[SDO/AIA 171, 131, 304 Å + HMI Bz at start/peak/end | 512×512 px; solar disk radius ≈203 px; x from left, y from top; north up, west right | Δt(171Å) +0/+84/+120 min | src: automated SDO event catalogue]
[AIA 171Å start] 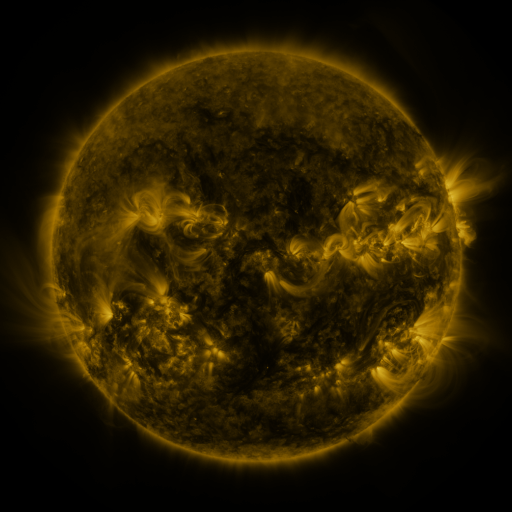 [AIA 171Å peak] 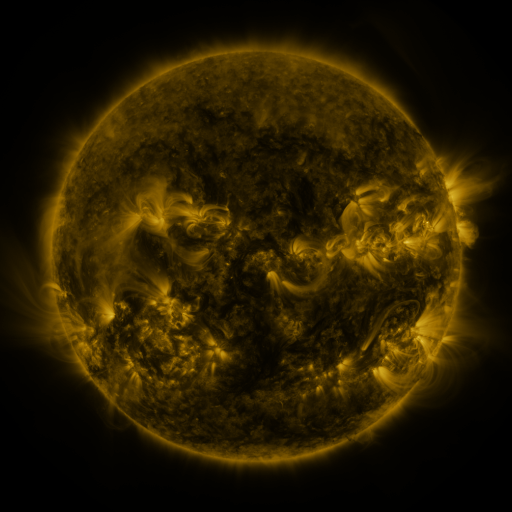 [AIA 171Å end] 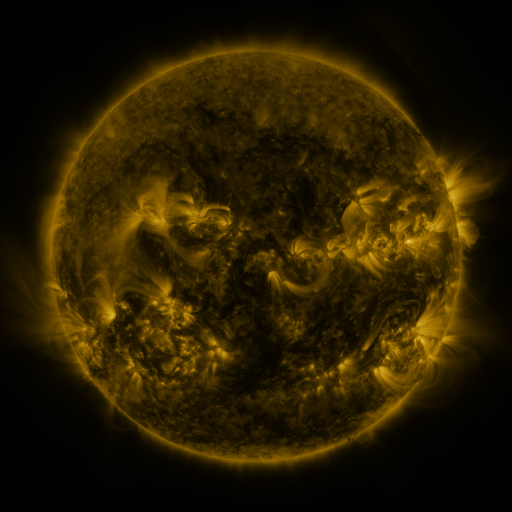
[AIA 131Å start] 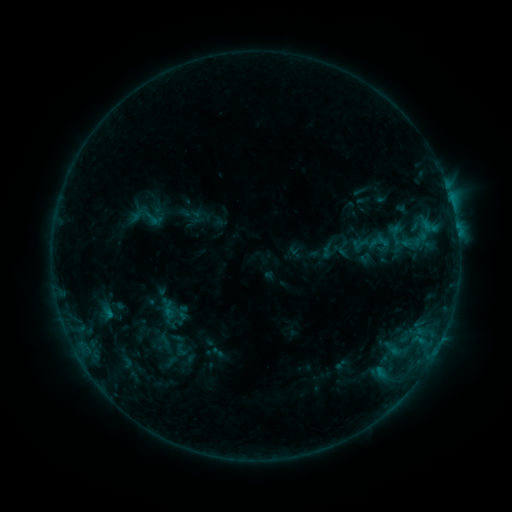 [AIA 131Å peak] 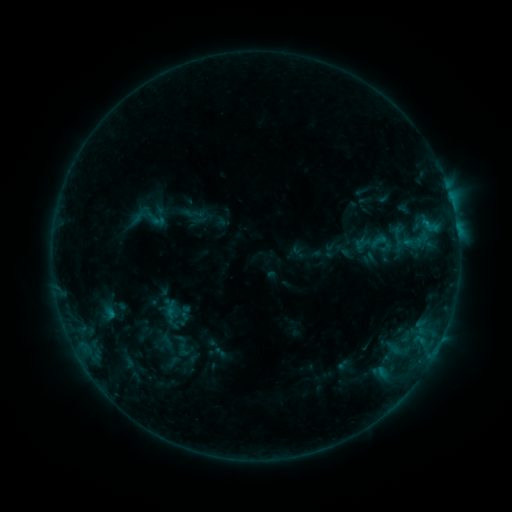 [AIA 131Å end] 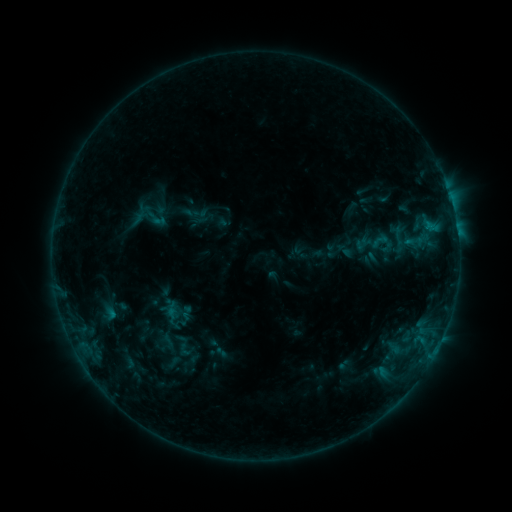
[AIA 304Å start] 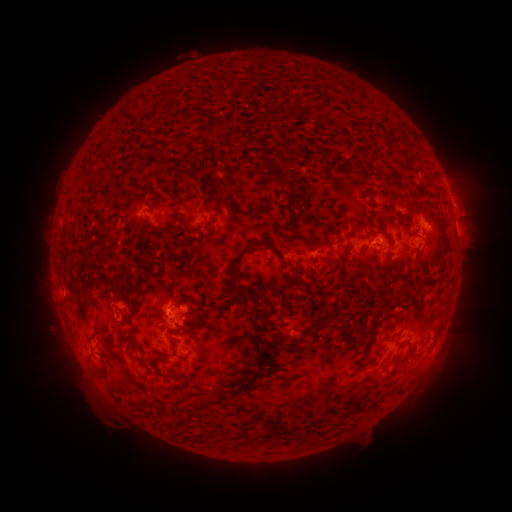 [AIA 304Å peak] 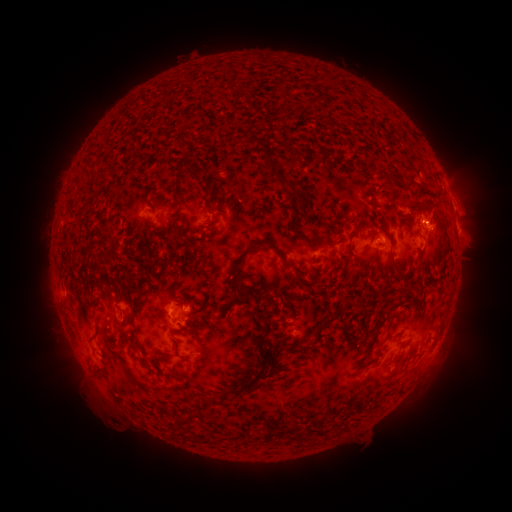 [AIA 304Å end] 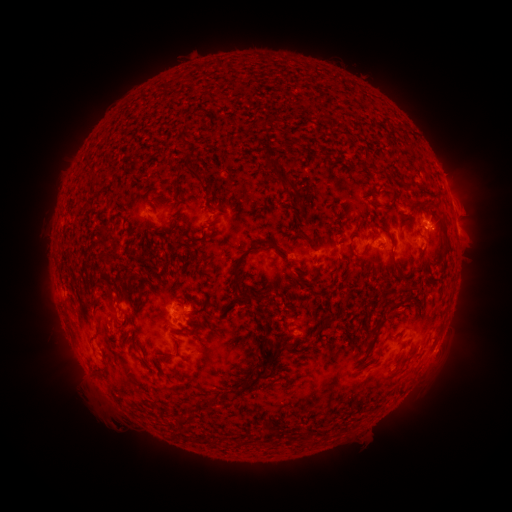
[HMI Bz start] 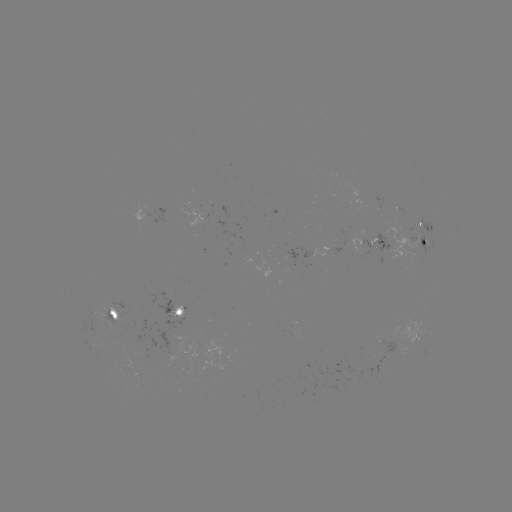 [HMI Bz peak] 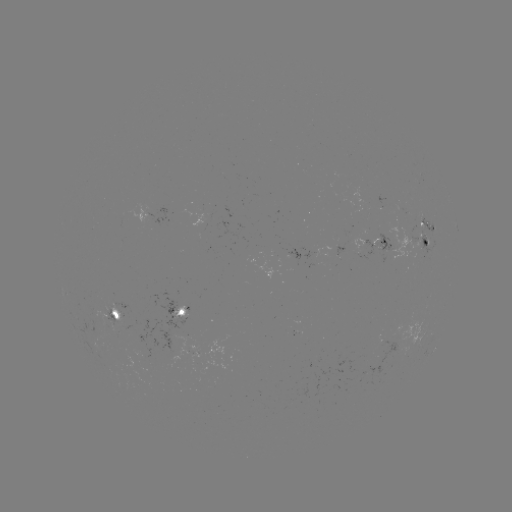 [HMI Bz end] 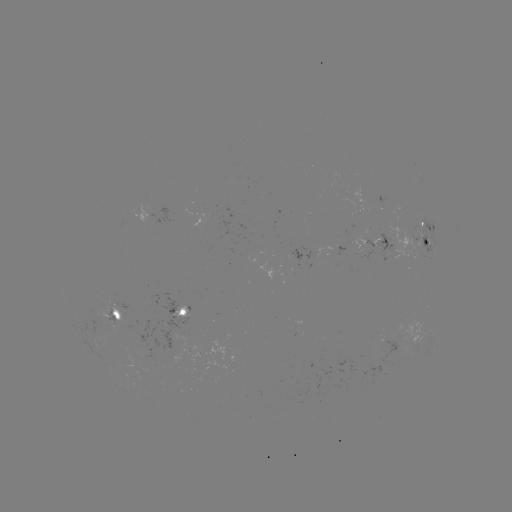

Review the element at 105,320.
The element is emerging-flux region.